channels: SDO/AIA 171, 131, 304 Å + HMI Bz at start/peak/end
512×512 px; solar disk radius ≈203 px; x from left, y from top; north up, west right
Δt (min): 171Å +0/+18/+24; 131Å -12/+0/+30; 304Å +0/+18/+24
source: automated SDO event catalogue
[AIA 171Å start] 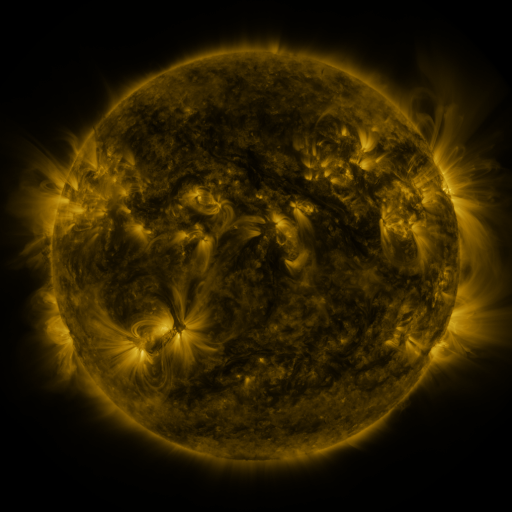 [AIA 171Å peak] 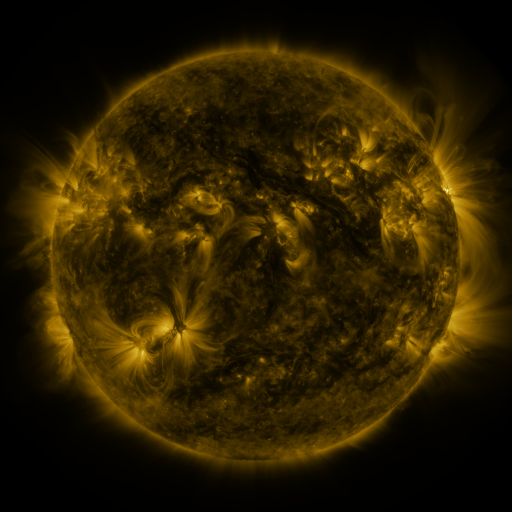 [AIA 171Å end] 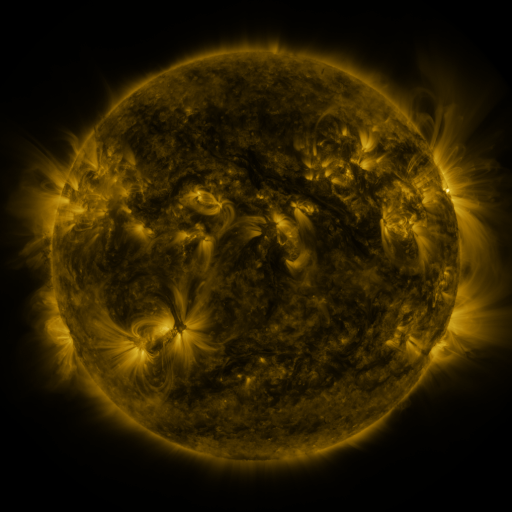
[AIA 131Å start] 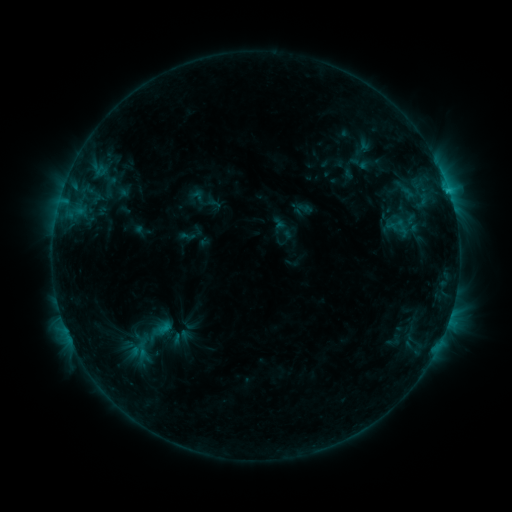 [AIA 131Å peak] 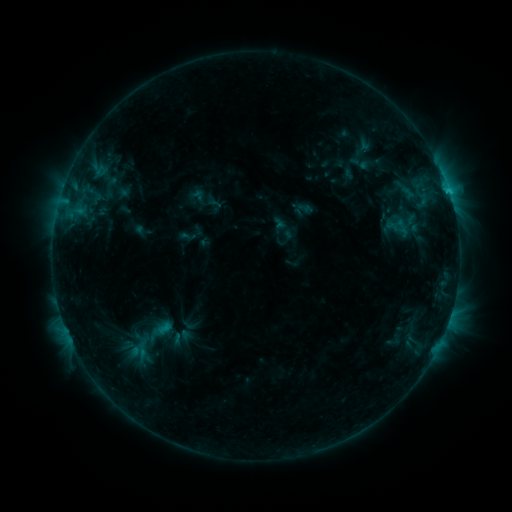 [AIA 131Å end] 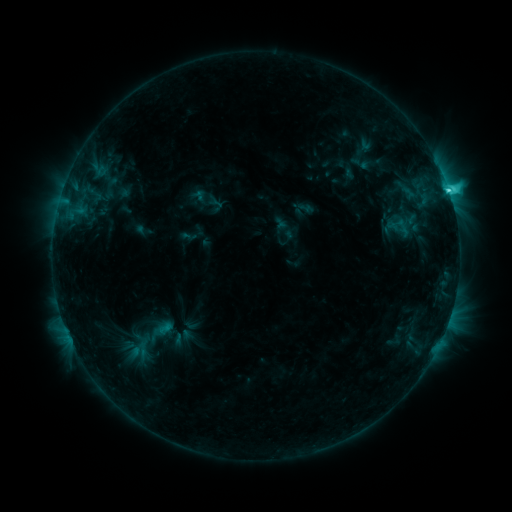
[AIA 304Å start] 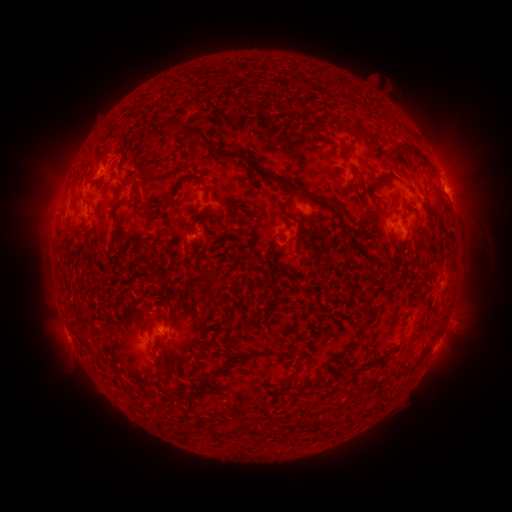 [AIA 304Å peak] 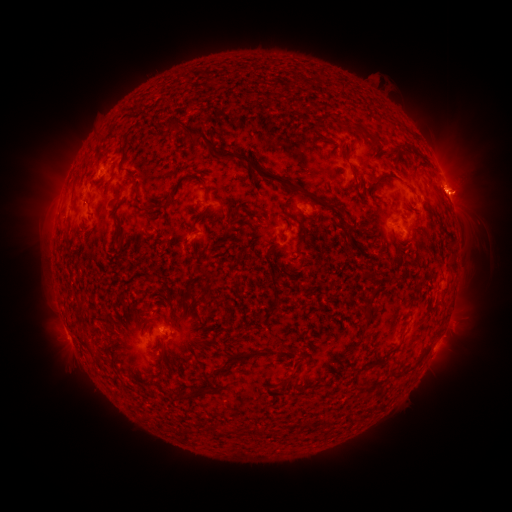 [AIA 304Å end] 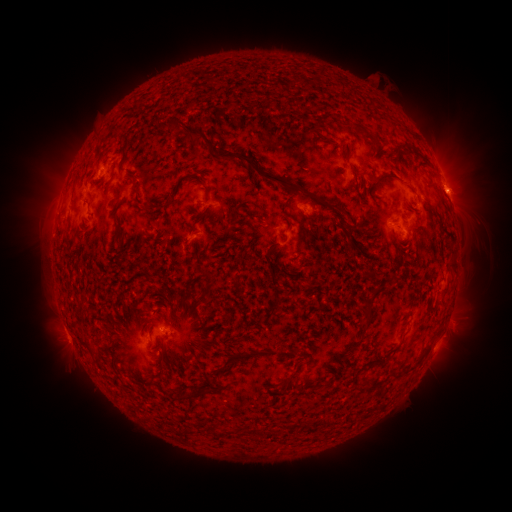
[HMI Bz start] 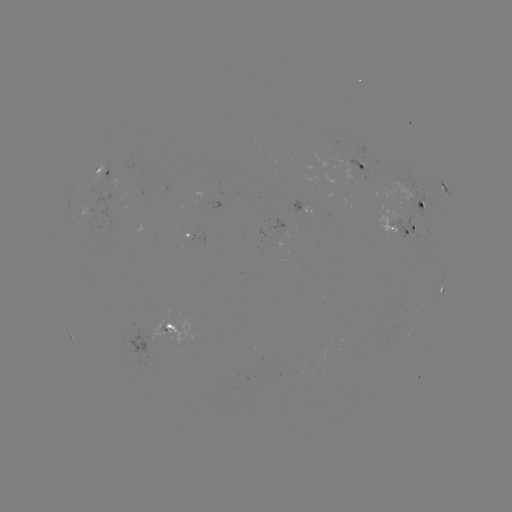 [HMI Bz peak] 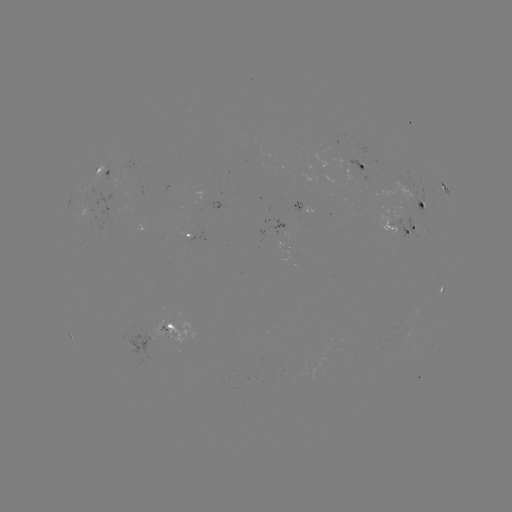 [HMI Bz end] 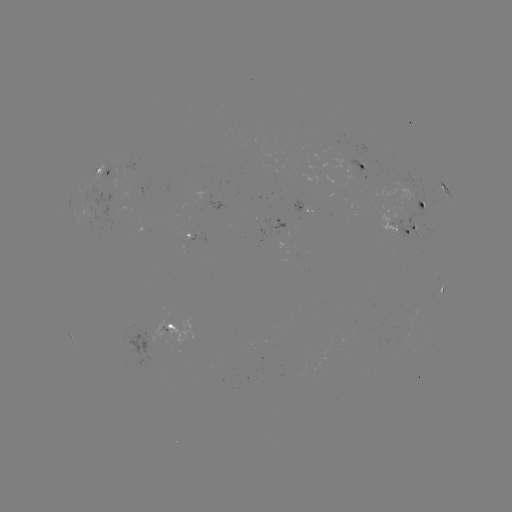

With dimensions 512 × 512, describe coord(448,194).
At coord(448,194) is C7.8 flare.